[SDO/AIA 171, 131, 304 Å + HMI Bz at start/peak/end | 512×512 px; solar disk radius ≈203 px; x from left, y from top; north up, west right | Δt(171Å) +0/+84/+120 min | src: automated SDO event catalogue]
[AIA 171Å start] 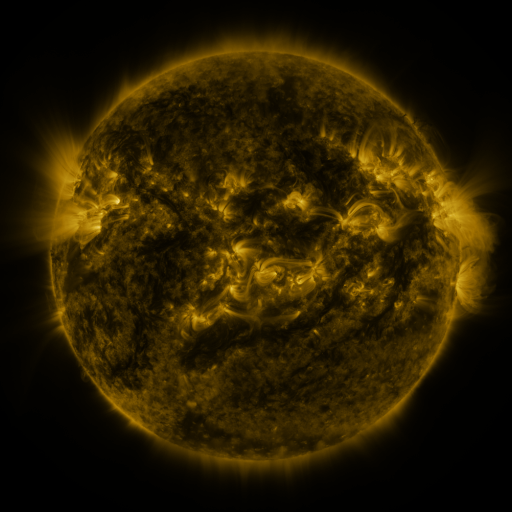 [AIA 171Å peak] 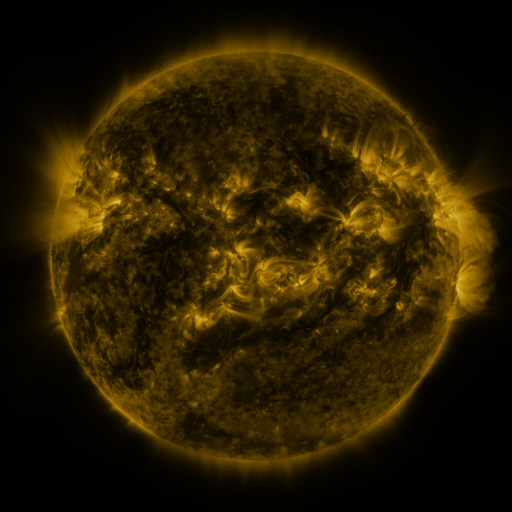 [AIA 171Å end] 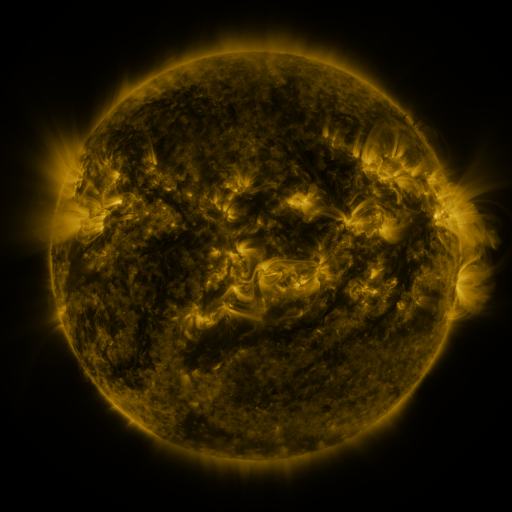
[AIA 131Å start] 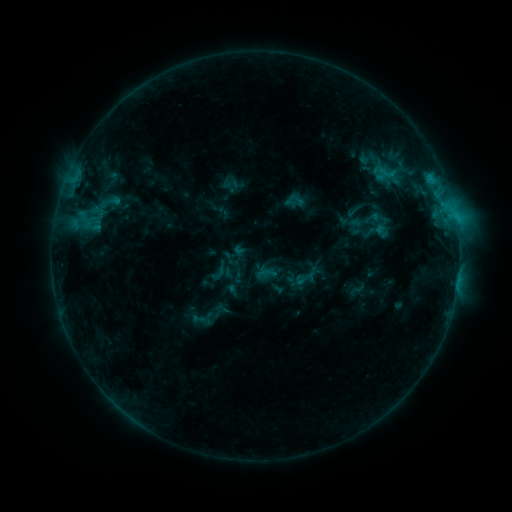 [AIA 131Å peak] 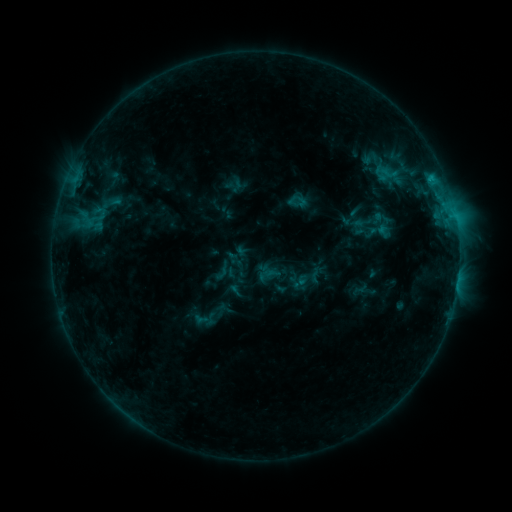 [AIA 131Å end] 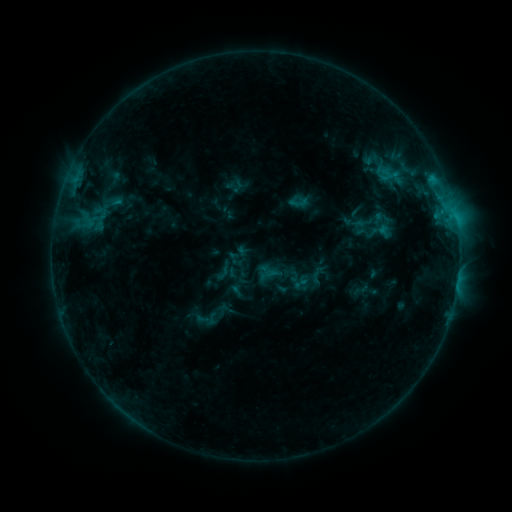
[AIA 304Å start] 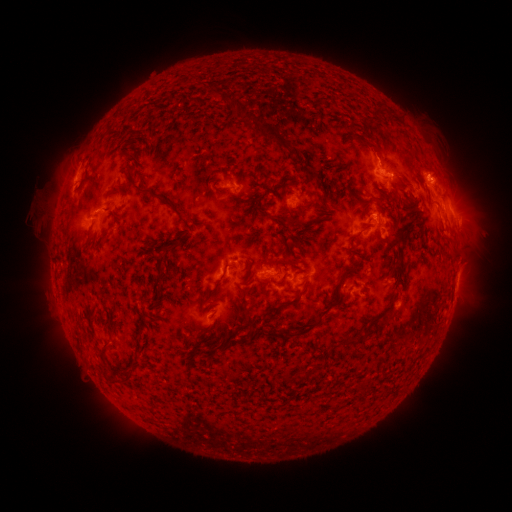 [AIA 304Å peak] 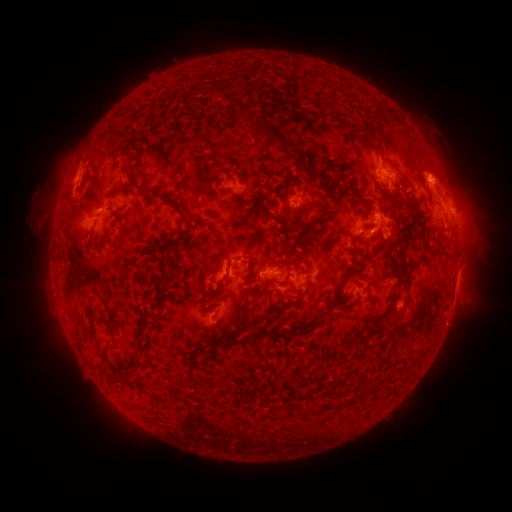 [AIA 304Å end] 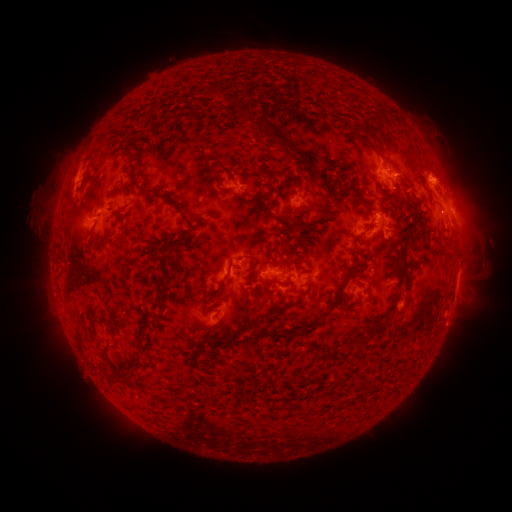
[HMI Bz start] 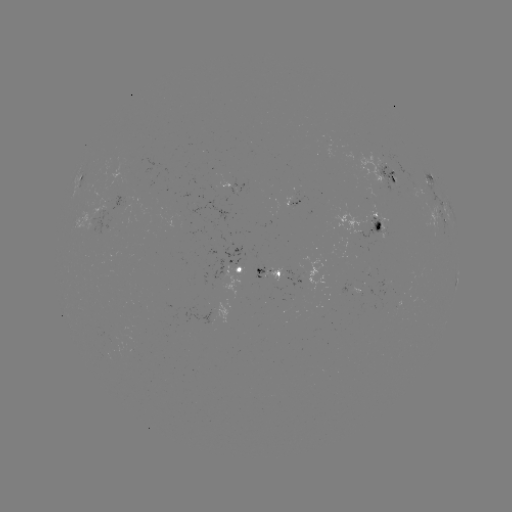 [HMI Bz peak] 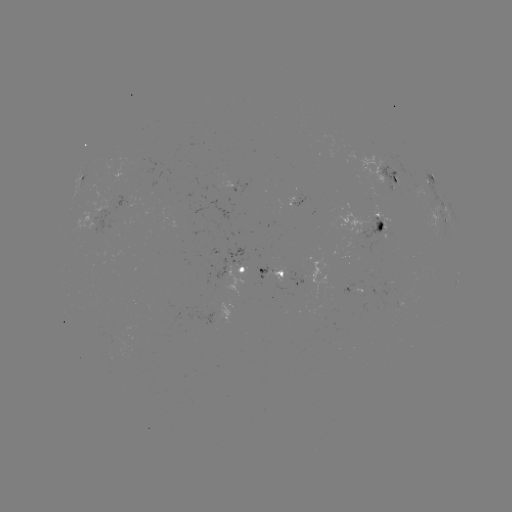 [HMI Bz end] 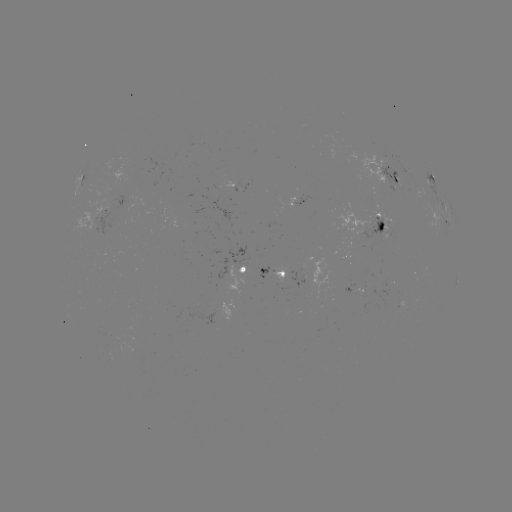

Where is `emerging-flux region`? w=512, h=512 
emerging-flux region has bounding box [146, 158, 156, 170].